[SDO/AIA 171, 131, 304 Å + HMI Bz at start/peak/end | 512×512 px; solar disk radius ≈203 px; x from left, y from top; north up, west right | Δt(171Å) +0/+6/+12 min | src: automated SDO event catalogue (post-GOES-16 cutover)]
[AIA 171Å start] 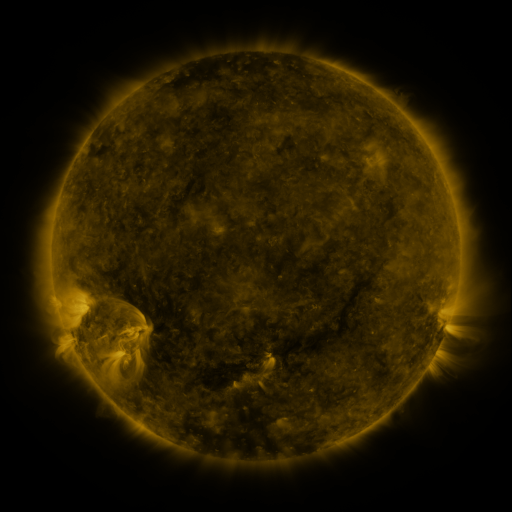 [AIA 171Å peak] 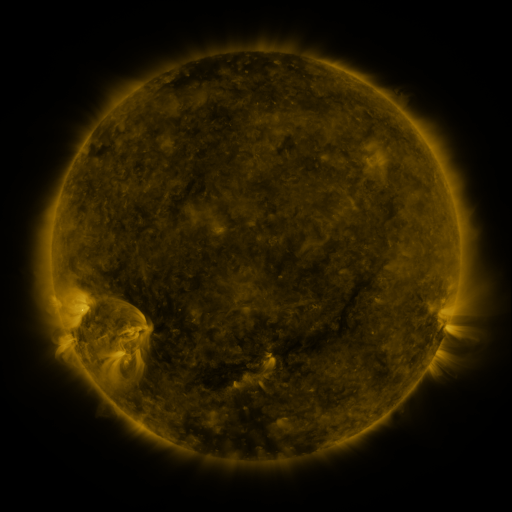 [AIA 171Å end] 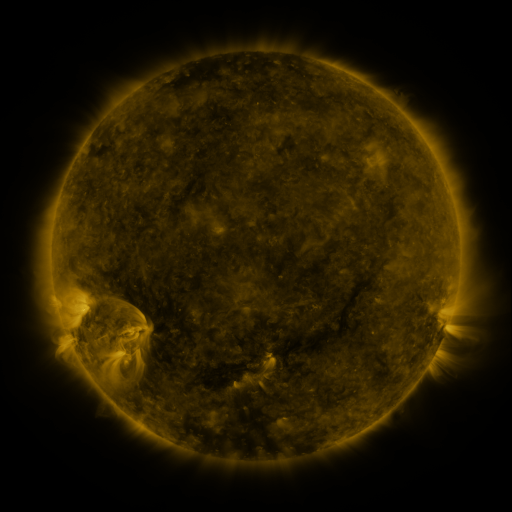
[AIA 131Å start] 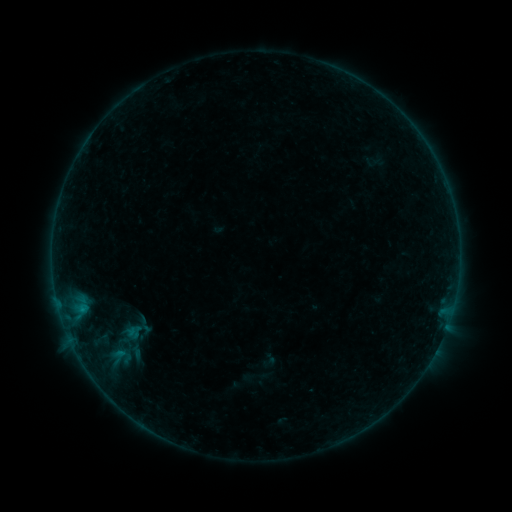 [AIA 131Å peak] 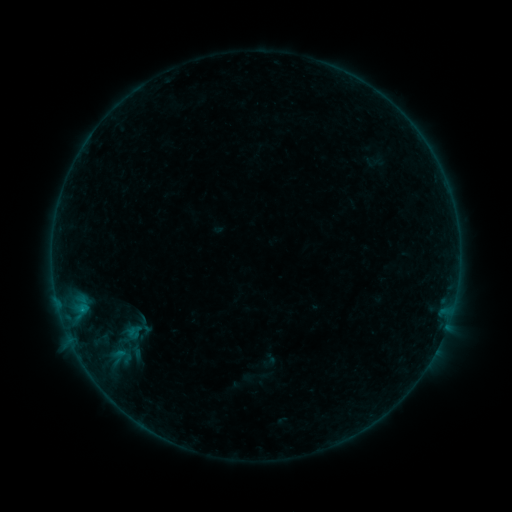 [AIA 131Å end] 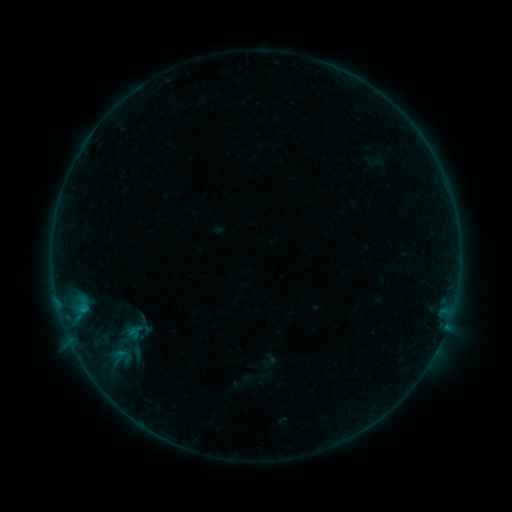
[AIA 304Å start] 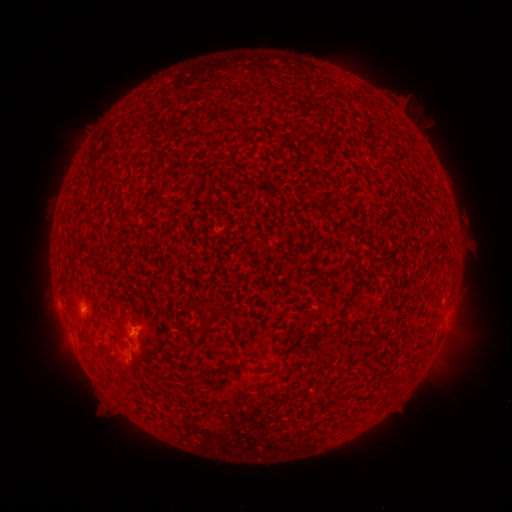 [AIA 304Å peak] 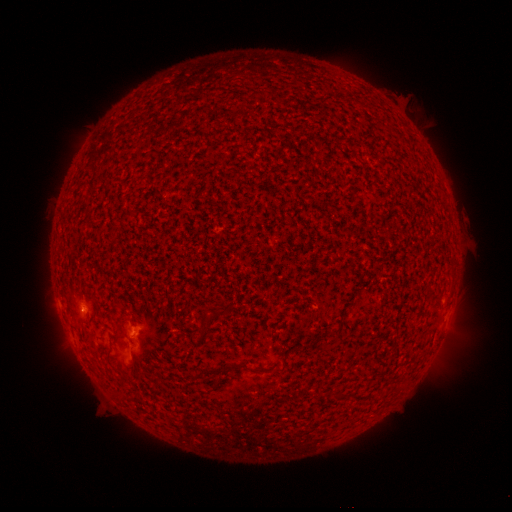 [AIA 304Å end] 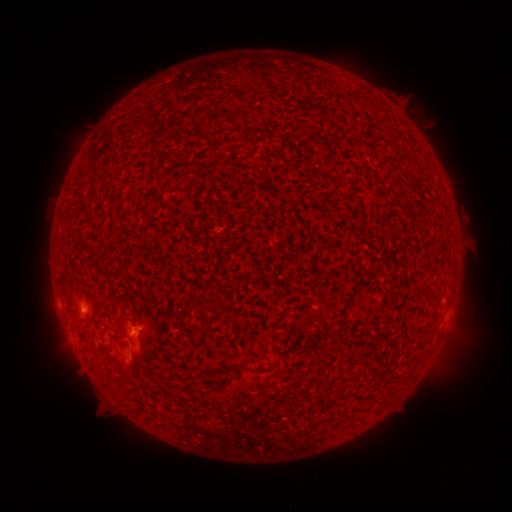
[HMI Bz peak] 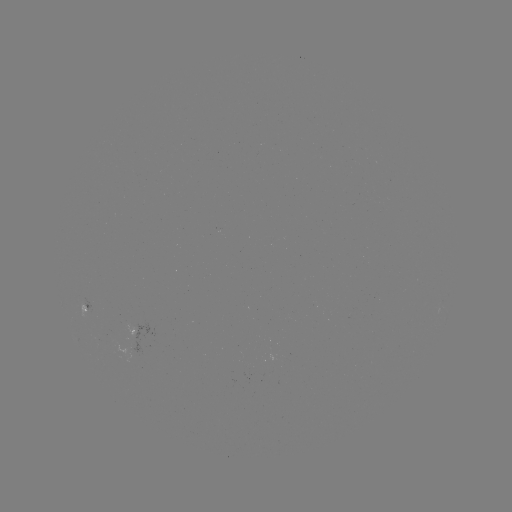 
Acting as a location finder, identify B1.7 flare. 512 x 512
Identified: [84, 310].